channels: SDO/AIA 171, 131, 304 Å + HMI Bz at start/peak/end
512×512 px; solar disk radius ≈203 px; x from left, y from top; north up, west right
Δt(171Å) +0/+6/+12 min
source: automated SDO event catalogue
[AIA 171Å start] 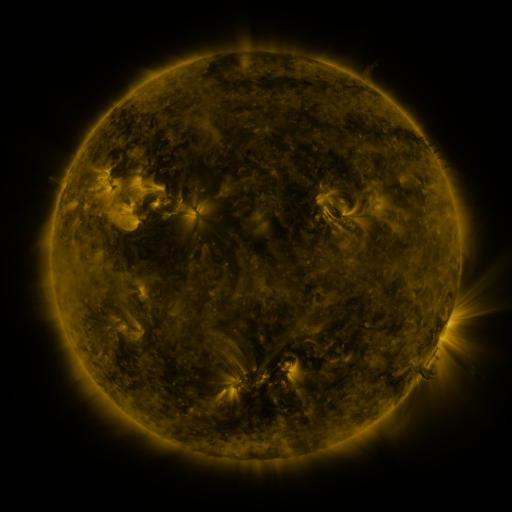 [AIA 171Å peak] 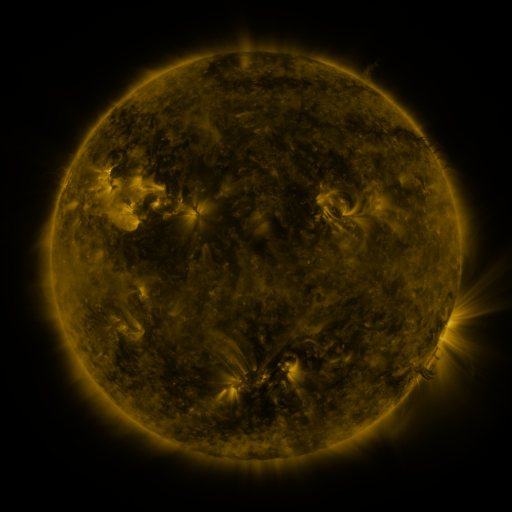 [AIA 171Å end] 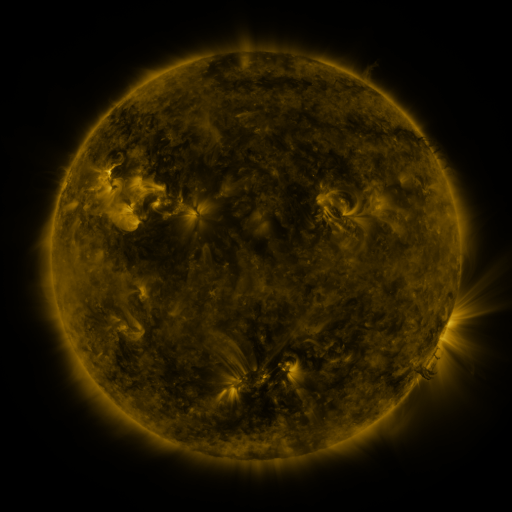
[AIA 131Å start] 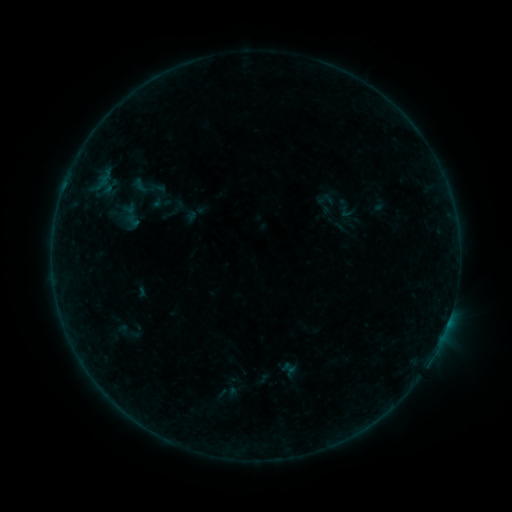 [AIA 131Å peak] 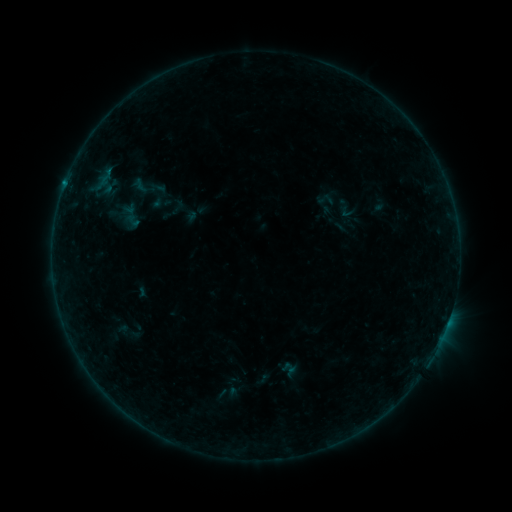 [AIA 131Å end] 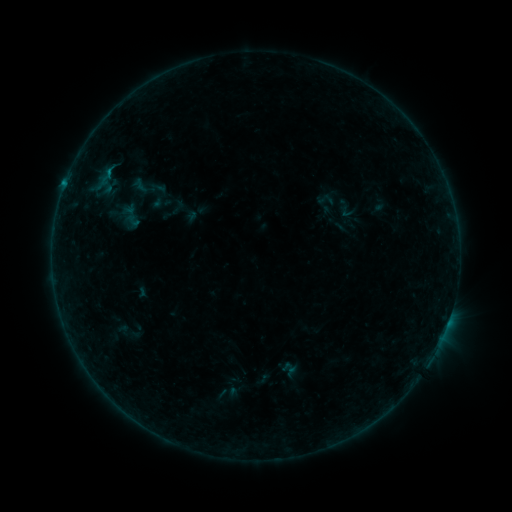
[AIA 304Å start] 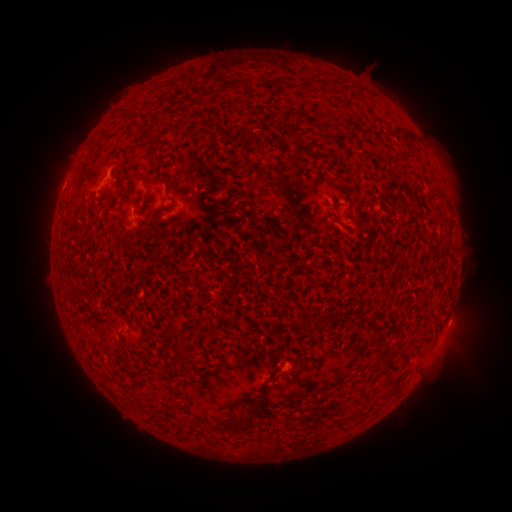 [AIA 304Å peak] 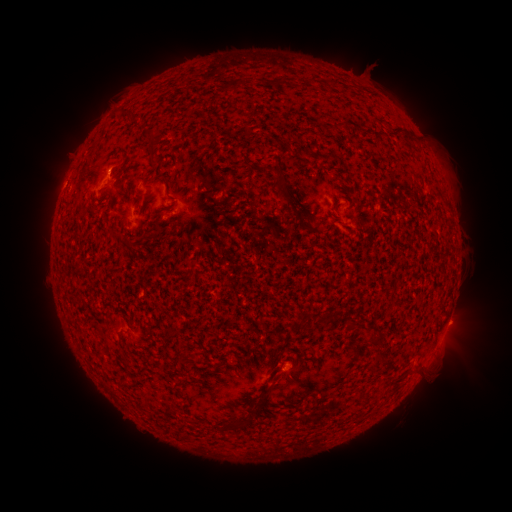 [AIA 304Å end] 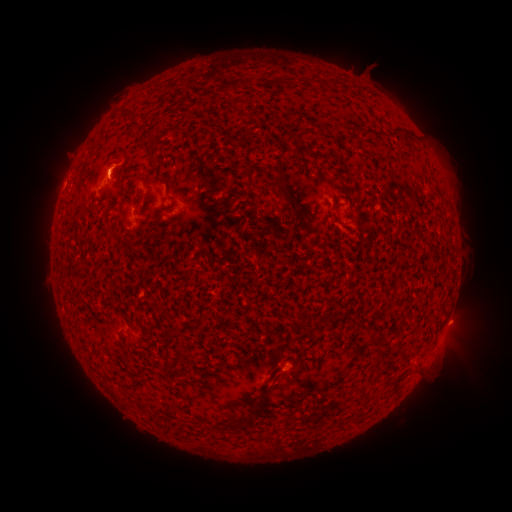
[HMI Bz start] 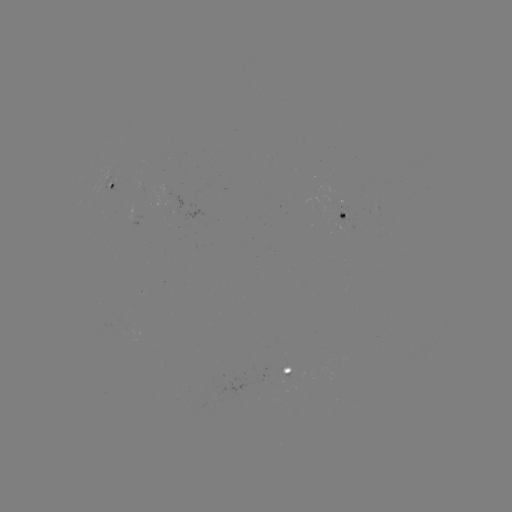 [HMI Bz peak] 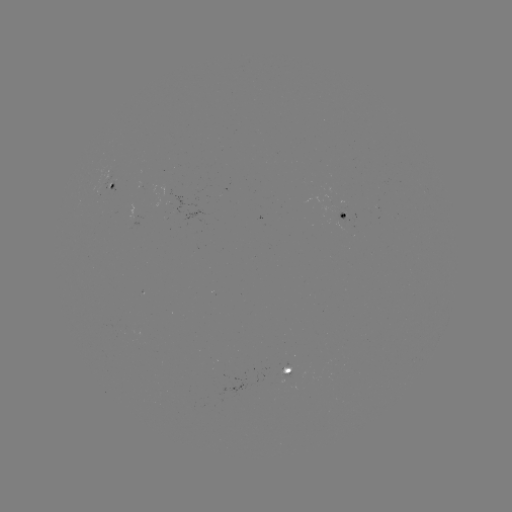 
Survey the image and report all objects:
eruption: (464, 323)
